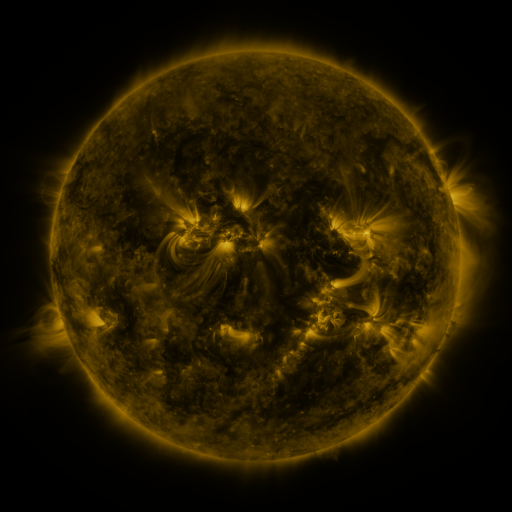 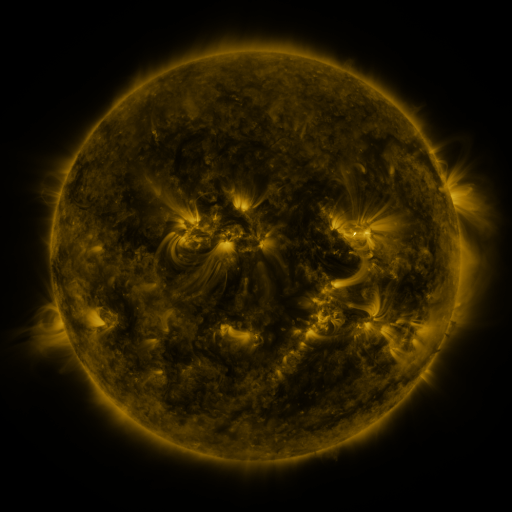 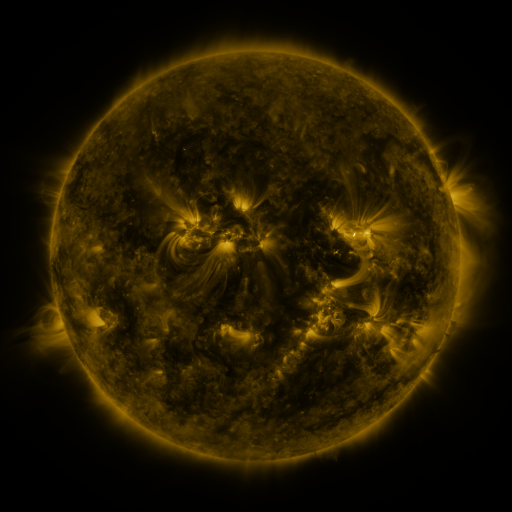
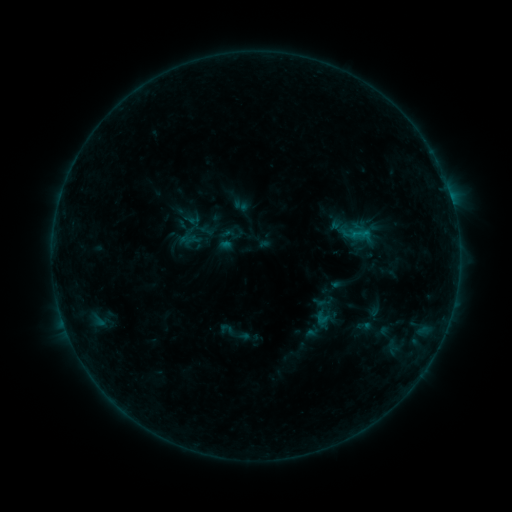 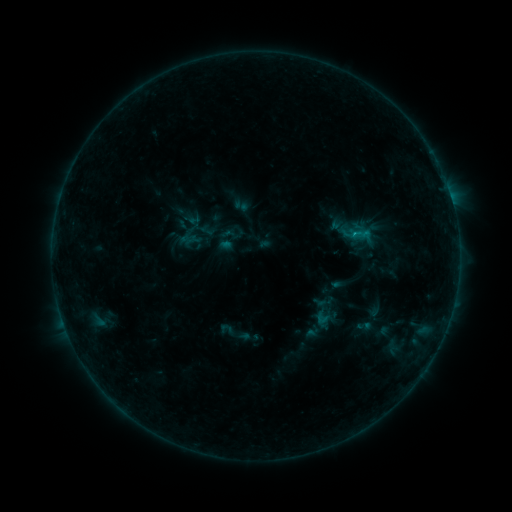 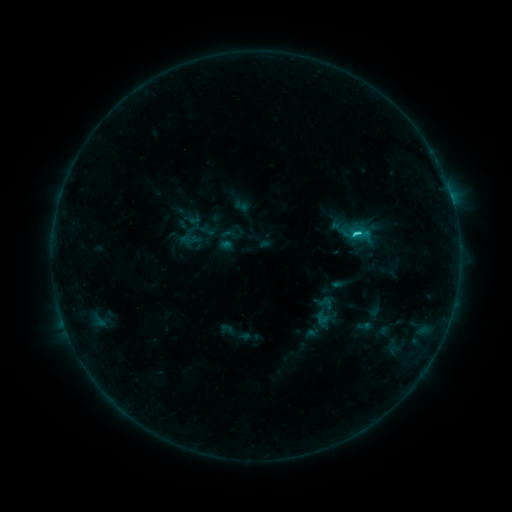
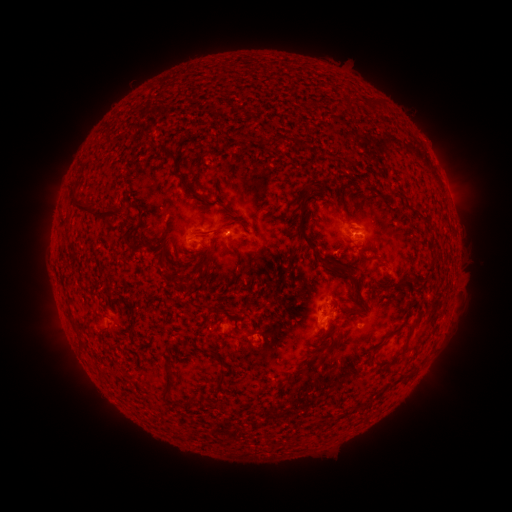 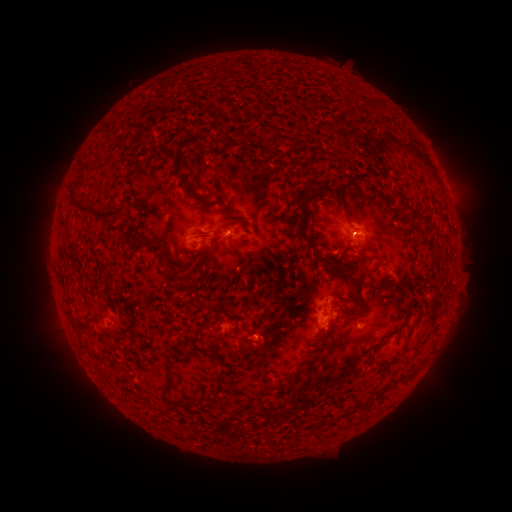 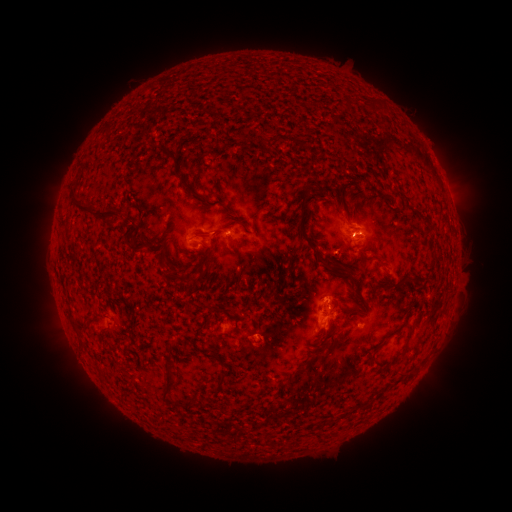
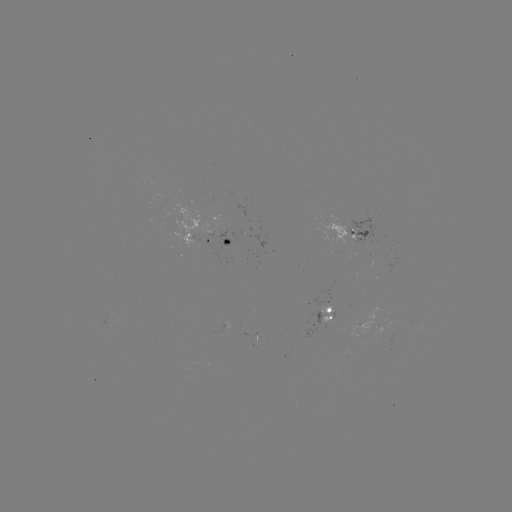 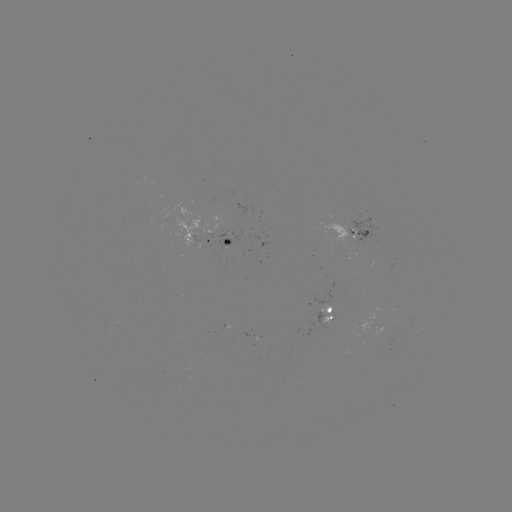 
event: flare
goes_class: C1.7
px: (352, 235)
